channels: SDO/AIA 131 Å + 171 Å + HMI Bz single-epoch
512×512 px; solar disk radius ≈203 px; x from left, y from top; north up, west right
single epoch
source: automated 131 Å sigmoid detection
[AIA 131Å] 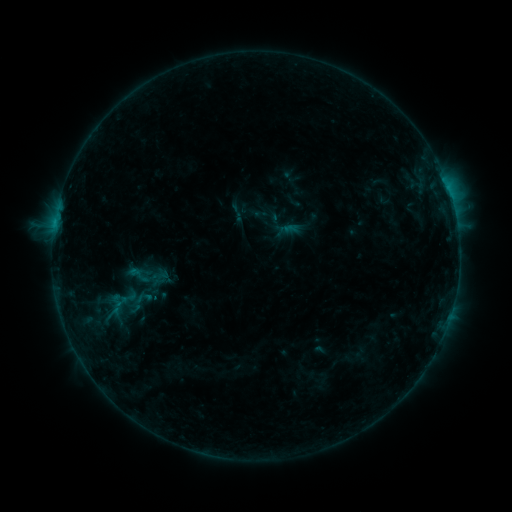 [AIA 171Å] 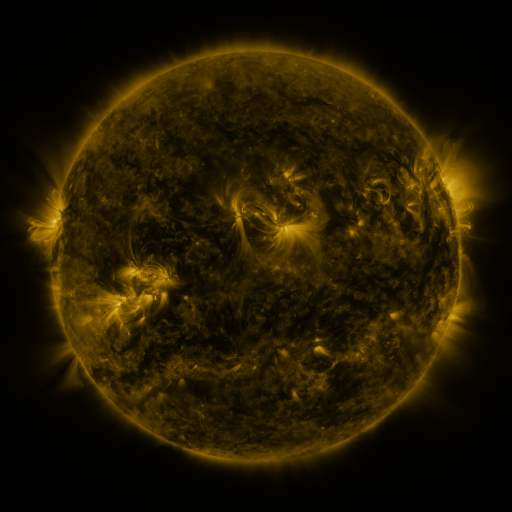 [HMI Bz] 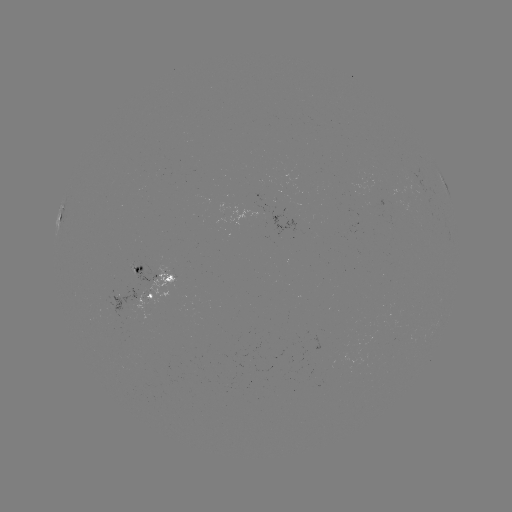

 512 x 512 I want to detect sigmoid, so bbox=[125, 263, 151, 286].